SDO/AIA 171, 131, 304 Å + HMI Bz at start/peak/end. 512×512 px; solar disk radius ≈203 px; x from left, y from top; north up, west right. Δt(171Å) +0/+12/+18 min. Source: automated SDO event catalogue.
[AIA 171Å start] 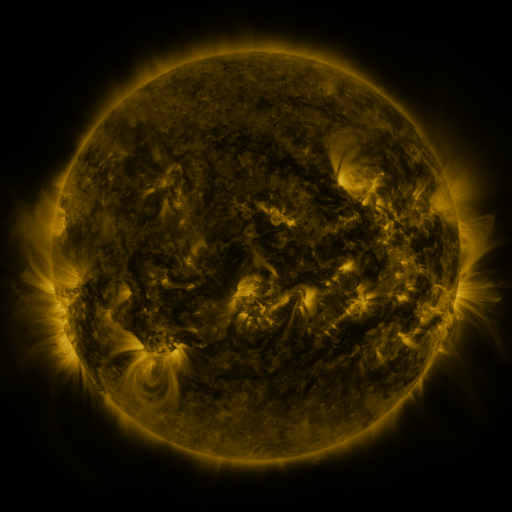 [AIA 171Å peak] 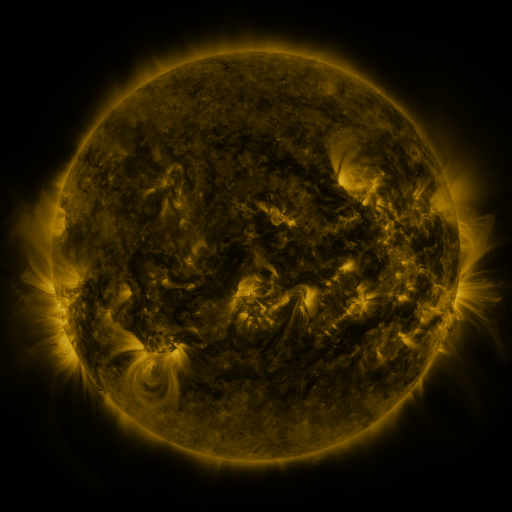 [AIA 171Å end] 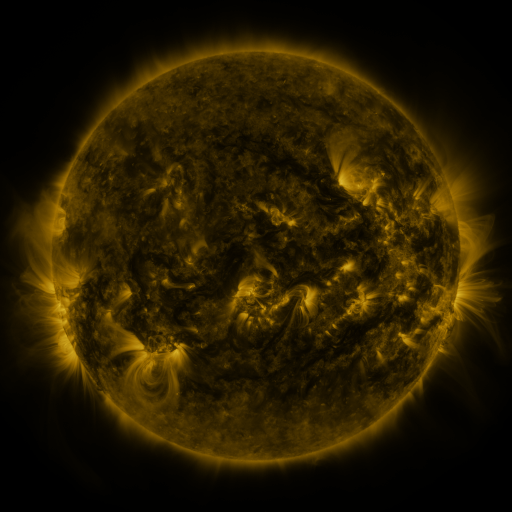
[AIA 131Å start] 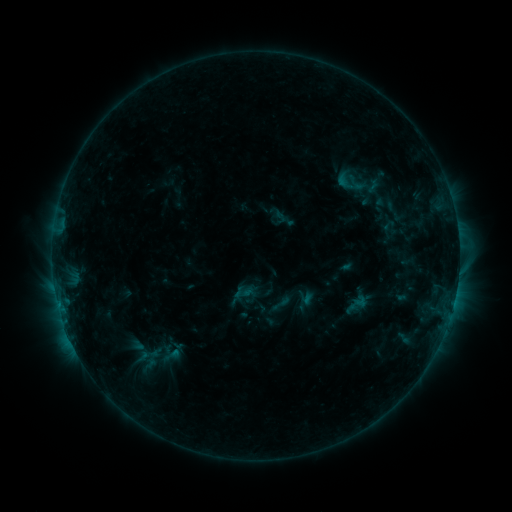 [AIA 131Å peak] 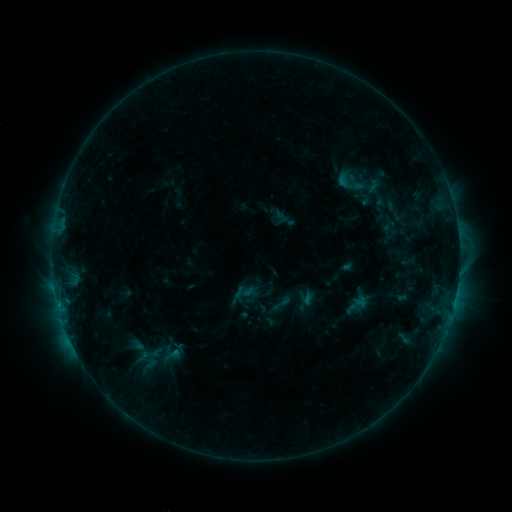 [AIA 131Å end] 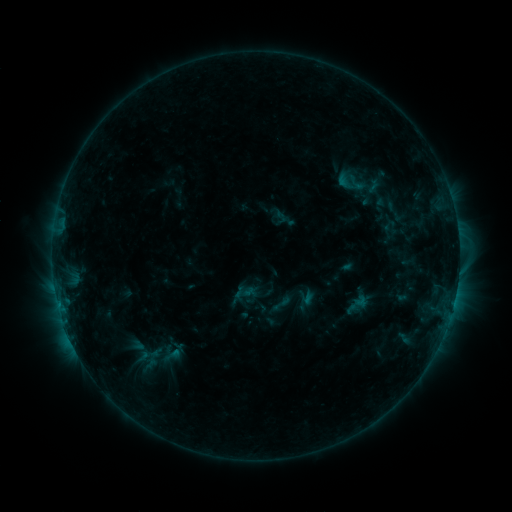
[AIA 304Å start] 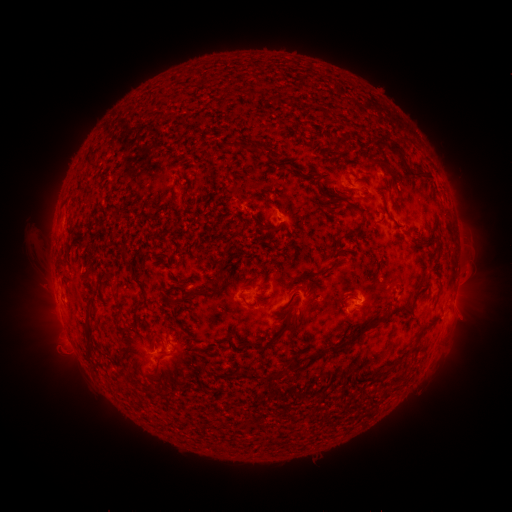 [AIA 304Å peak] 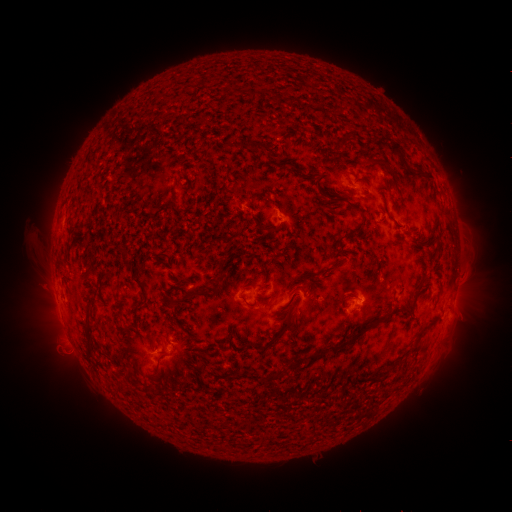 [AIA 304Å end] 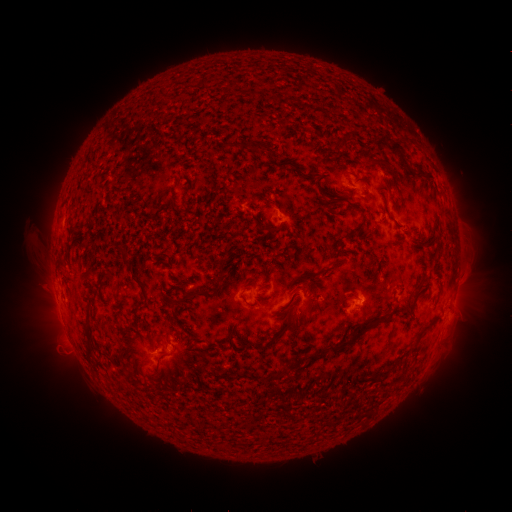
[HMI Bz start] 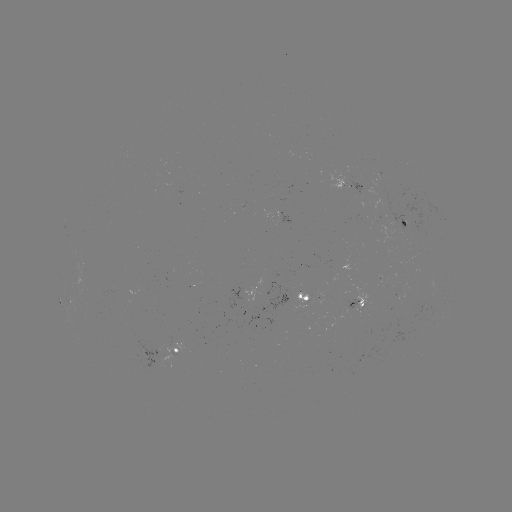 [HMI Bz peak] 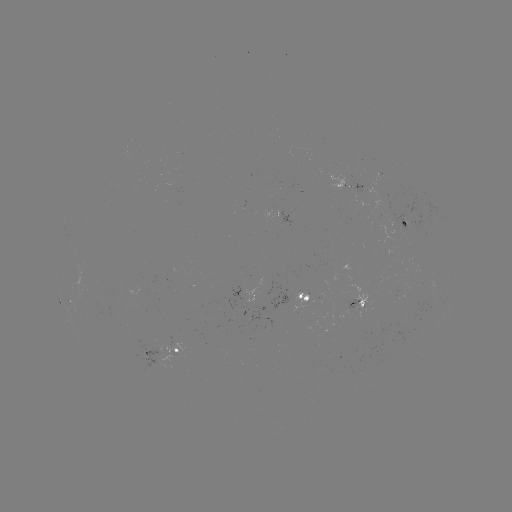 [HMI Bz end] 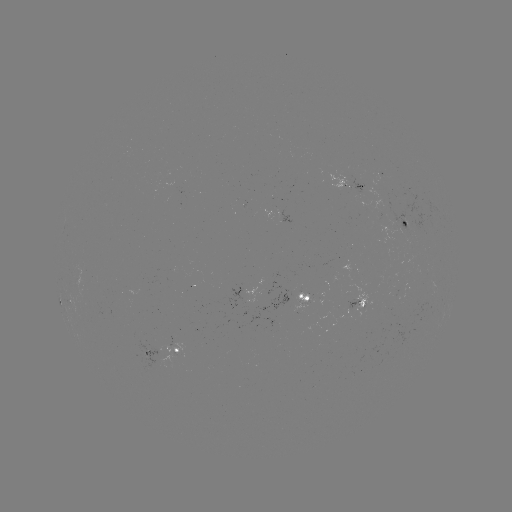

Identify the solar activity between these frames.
no flare in any classed list; no EUV-trigger detection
